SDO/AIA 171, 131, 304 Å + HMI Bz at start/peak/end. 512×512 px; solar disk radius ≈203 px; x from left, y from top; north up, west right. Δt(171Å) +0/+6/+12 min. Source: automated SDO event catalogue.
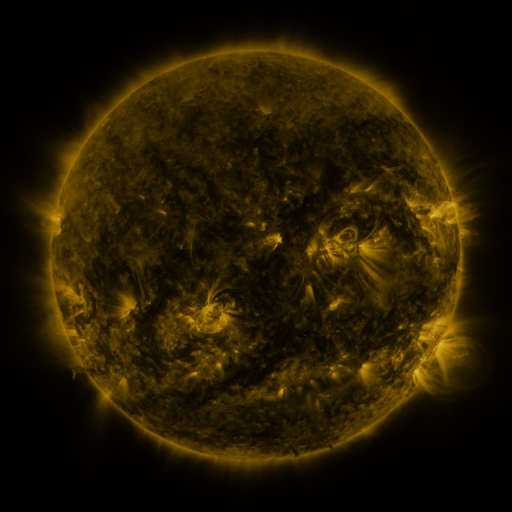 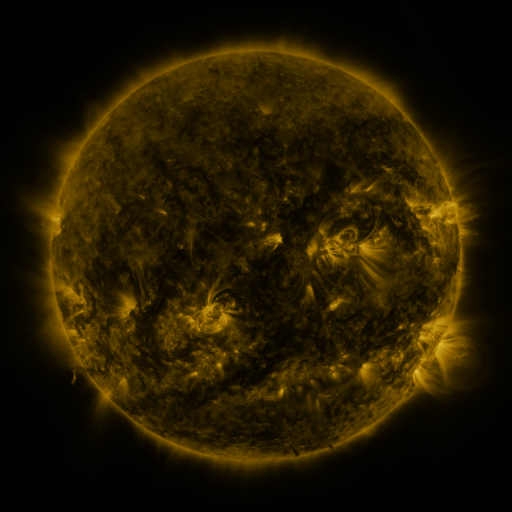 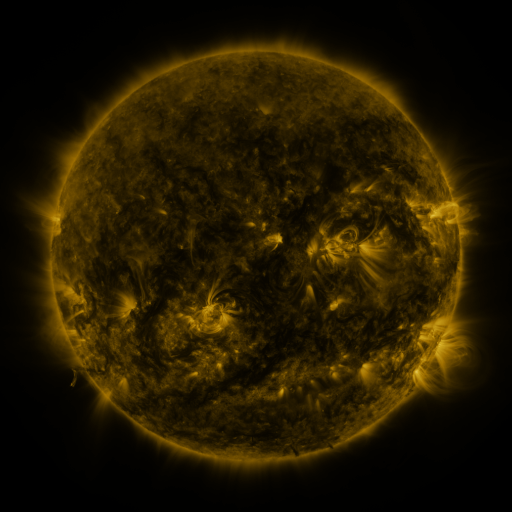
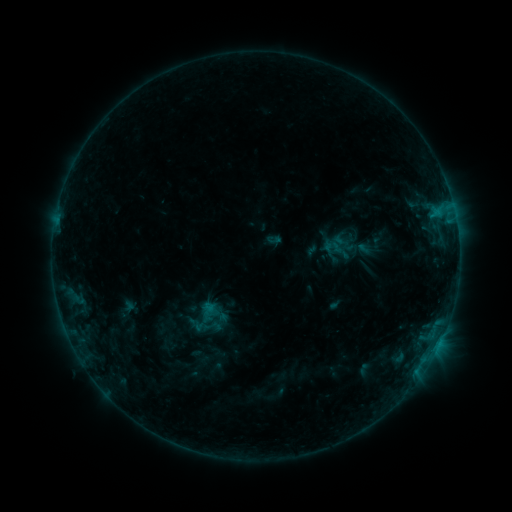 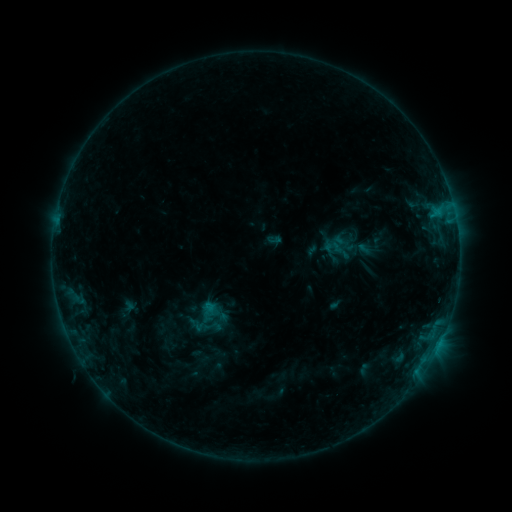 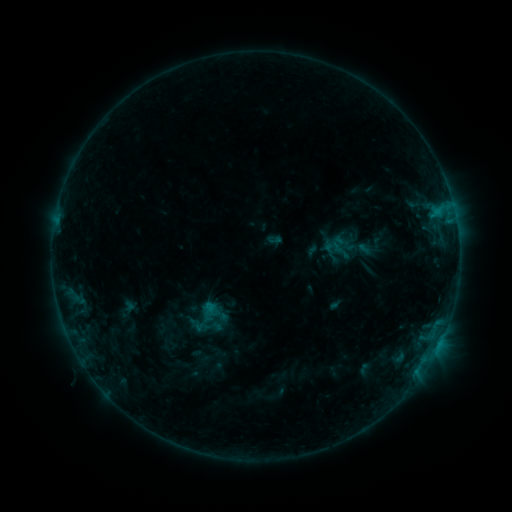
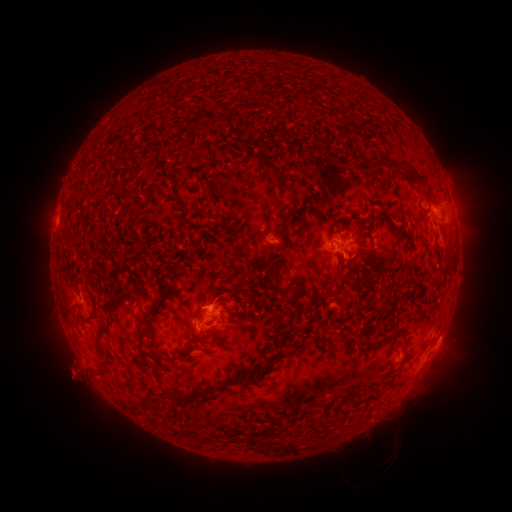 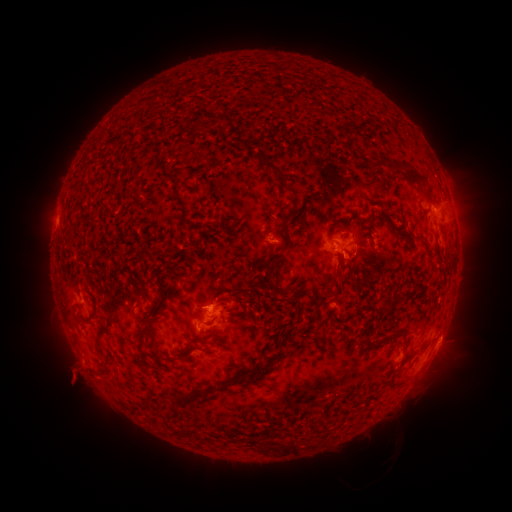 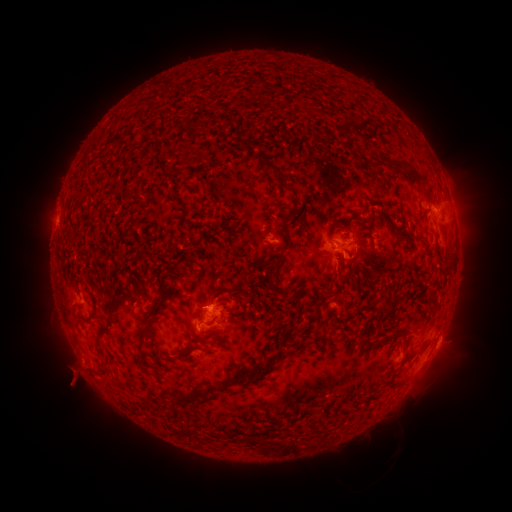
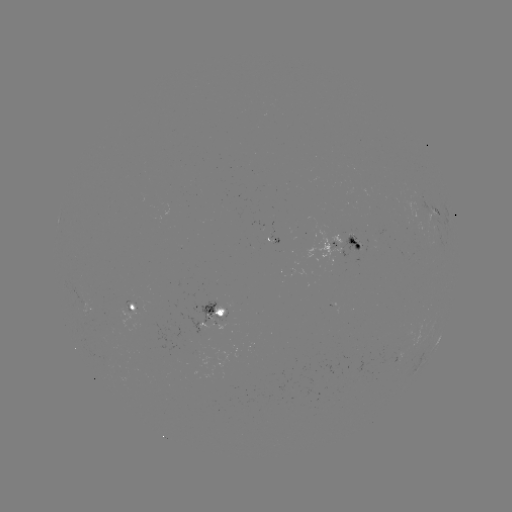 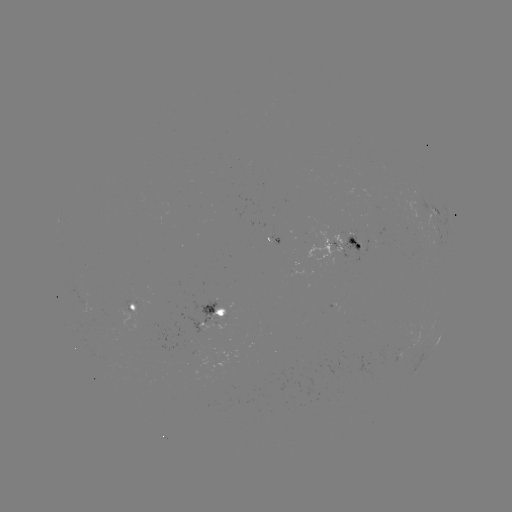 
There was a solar eruption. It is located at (76, 380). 